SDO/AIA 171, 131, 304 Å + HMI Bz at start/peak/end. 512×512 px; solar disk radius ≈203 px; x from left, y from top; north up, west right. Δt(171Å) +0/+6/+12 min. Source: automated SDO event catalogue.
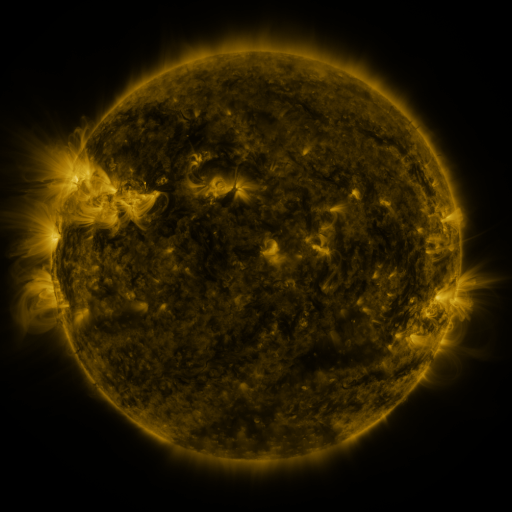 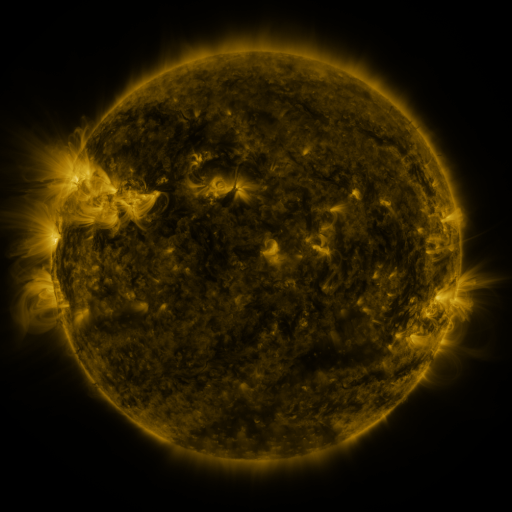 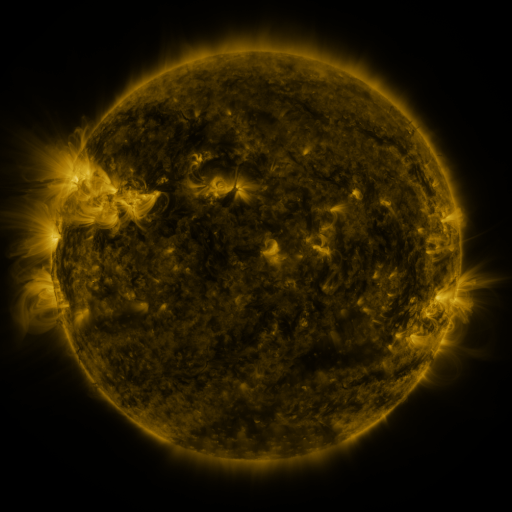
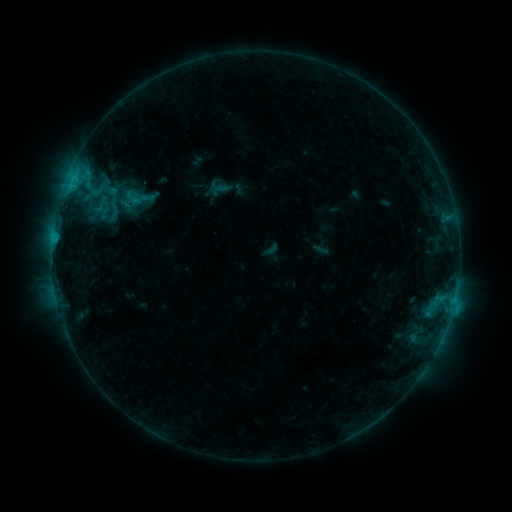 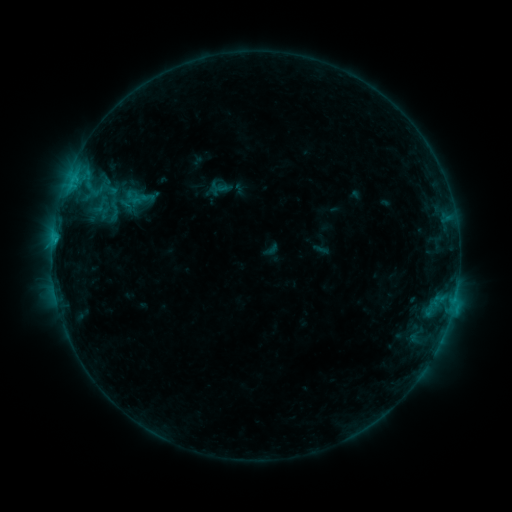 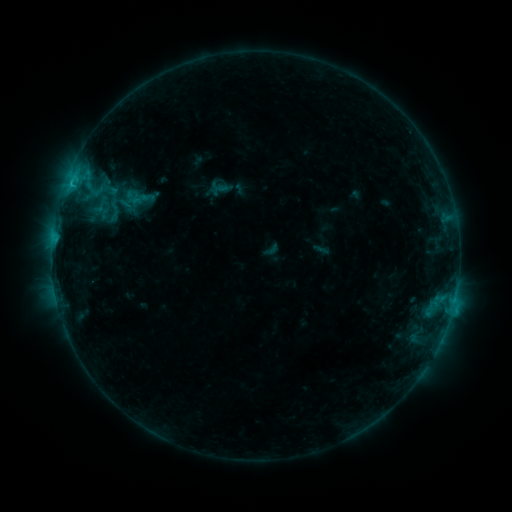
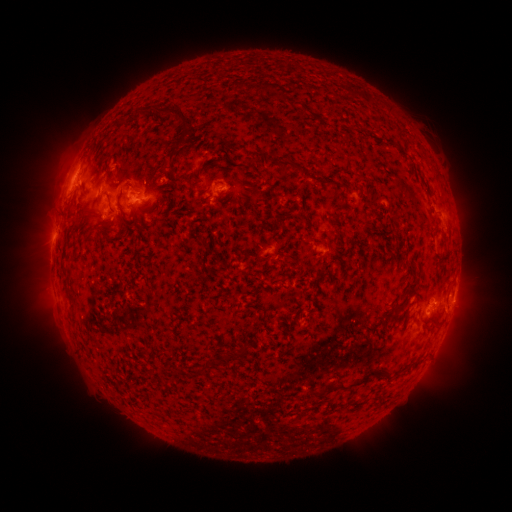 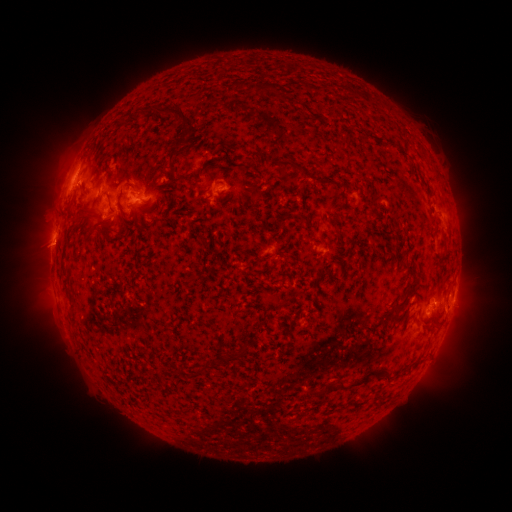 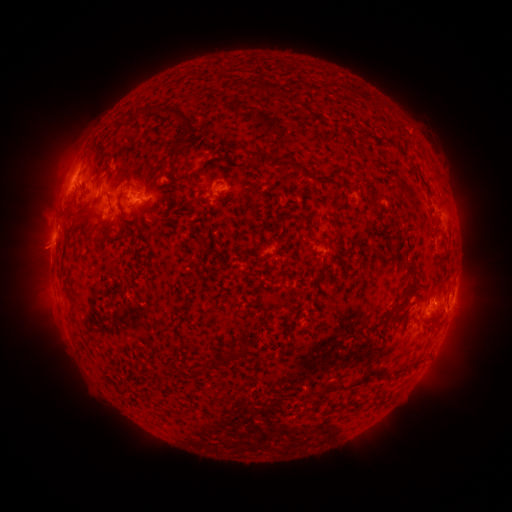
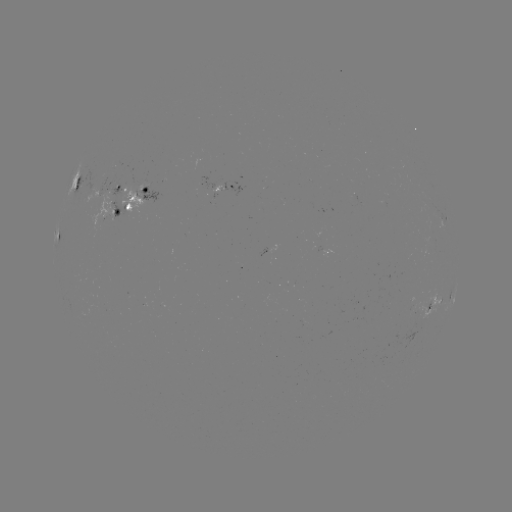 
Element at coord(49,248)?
eruption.